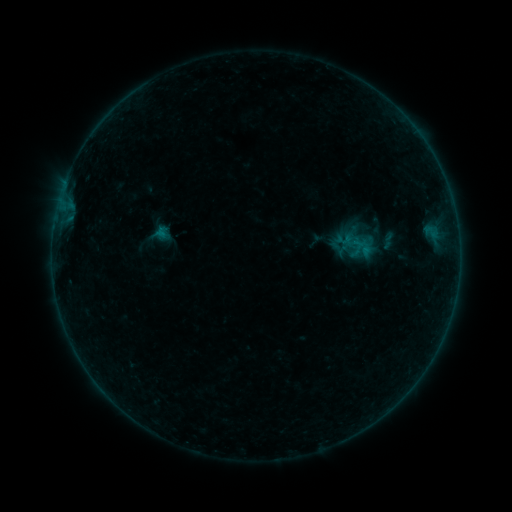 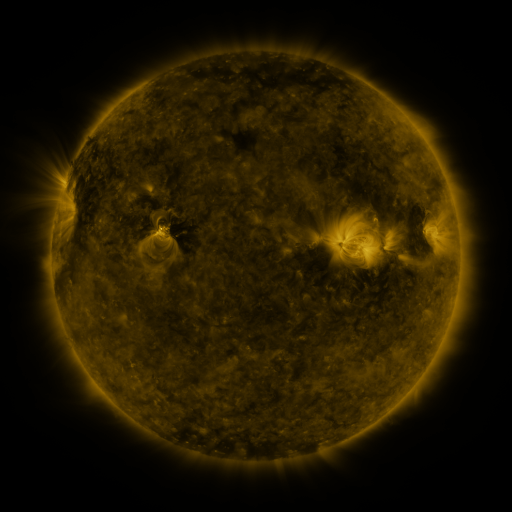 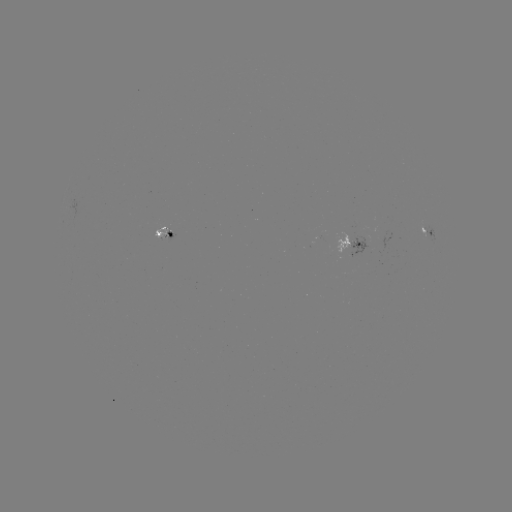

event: sigmoid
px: (388, 241)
